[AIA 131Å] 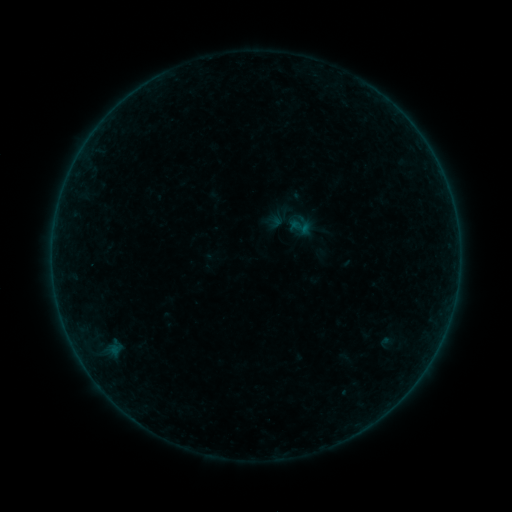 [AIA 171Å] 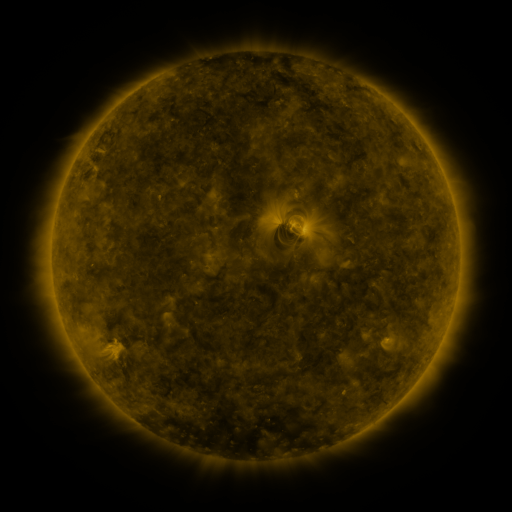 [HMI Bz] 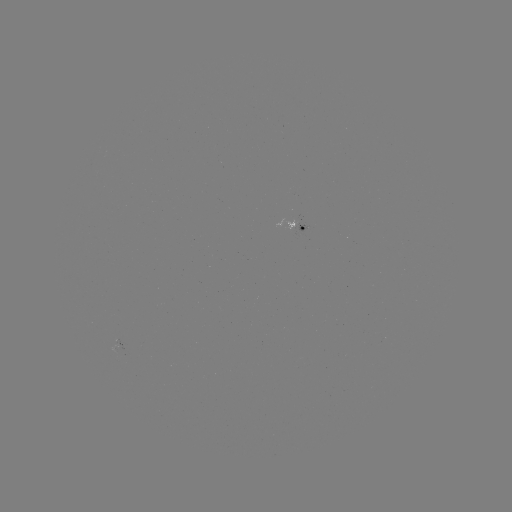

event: sigmoid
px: (300, 227)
